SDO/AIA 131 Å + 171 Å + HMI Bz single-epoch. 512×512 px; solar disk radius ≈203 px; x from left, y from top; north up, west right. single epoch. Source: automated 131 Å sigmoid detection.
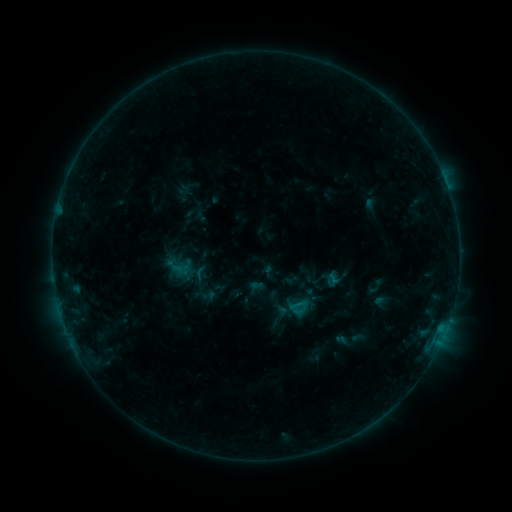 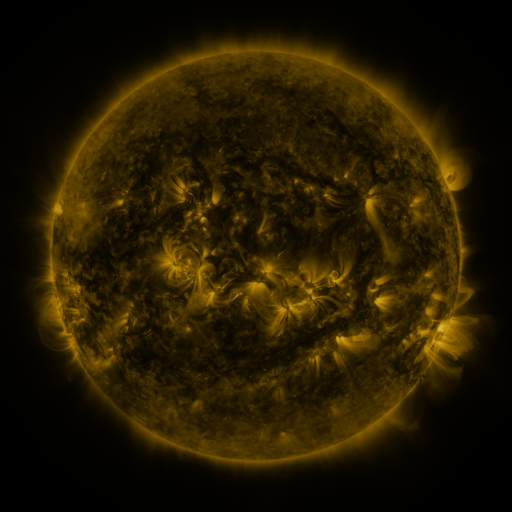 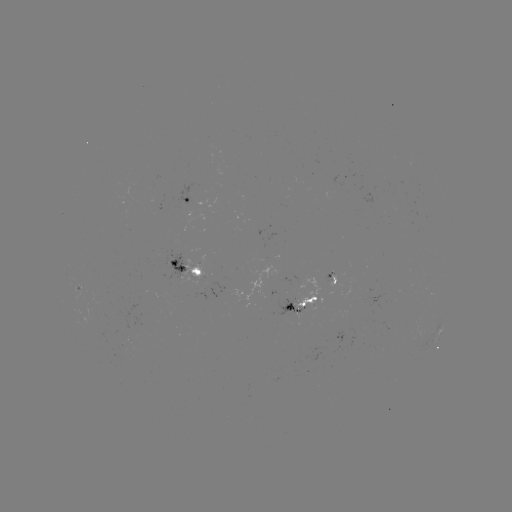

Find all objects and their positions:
sigmoid: (209, 295)
